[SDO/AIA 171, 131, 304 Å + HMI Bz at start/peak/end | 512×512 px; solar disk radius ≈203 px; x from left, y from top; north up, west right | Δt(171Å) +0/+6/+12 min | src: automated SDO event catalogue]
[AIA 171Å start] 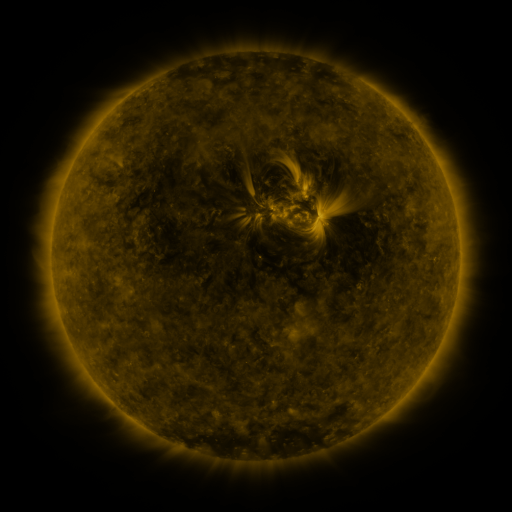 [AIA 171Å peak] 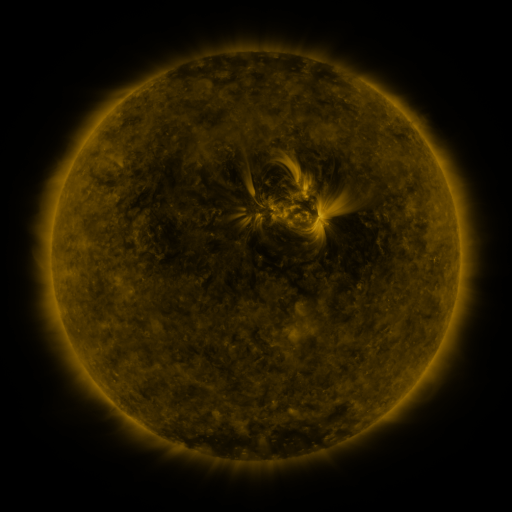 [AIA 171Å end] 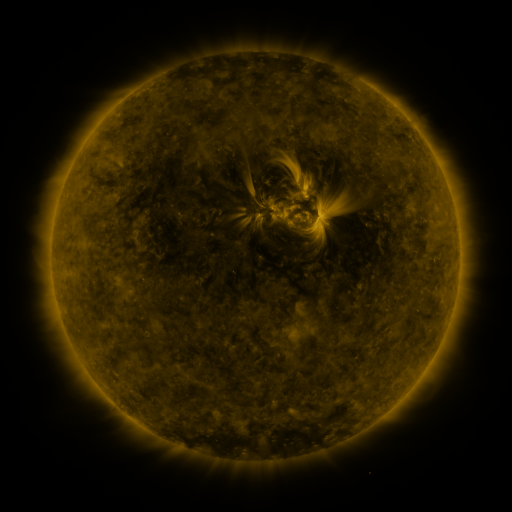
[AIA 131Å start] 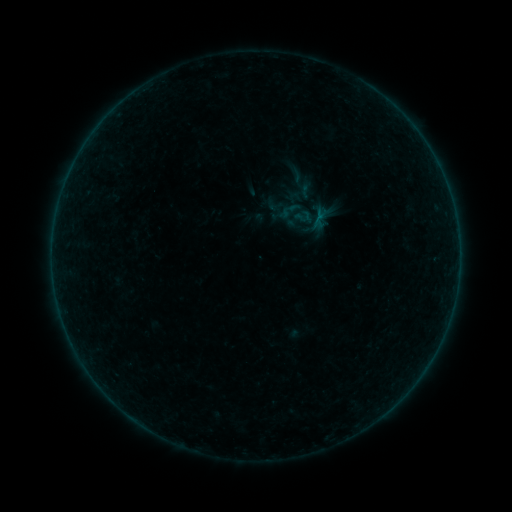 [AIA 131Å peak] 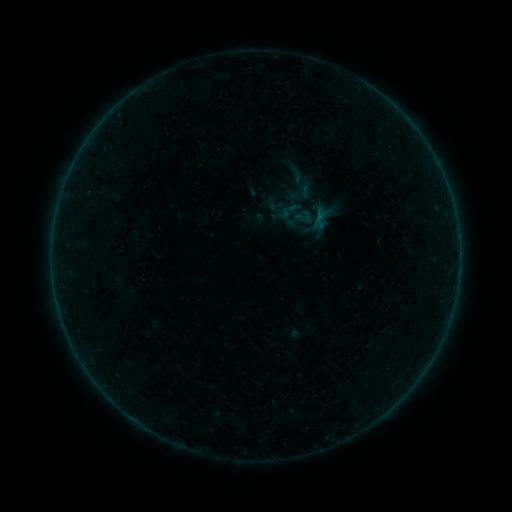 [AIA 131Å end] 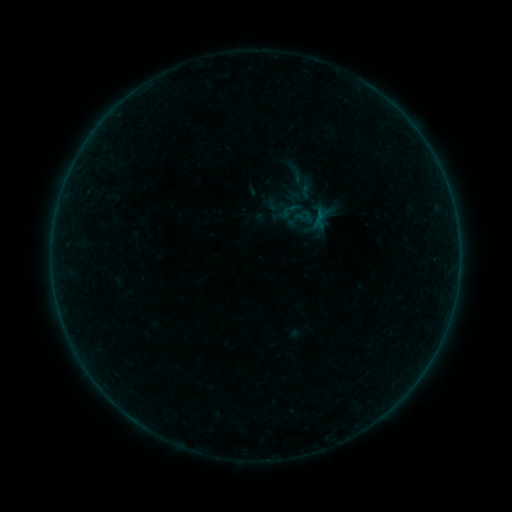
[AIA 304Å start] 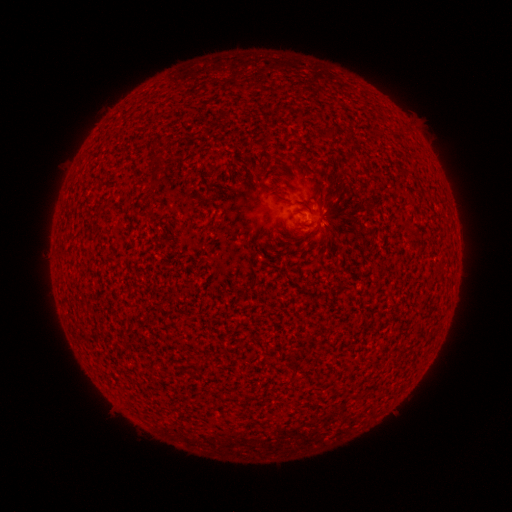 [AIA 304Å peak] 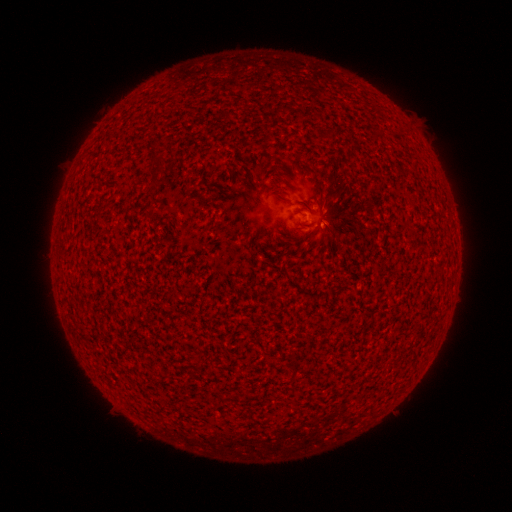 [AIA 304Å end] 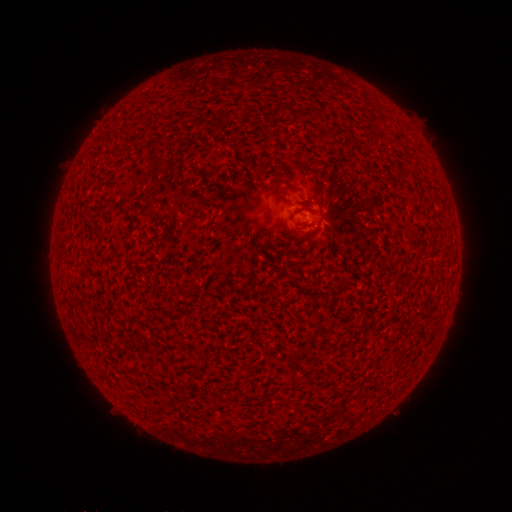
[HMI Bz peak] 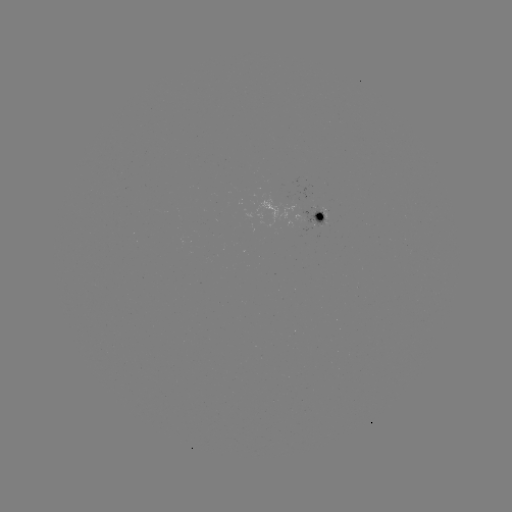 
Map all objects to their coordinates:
B1.4 flare: (318, 226)
